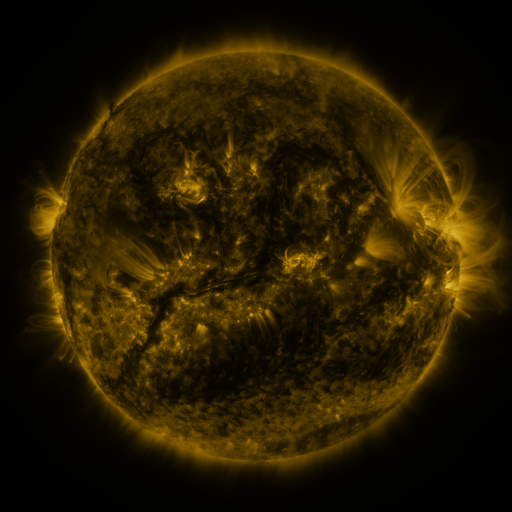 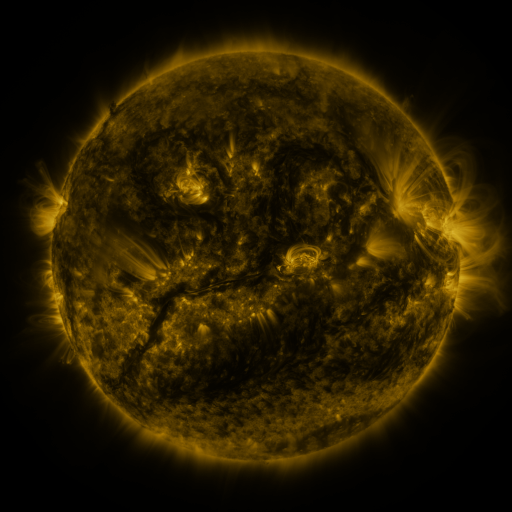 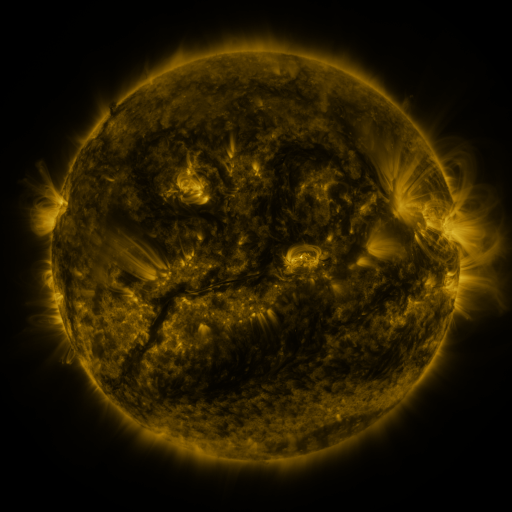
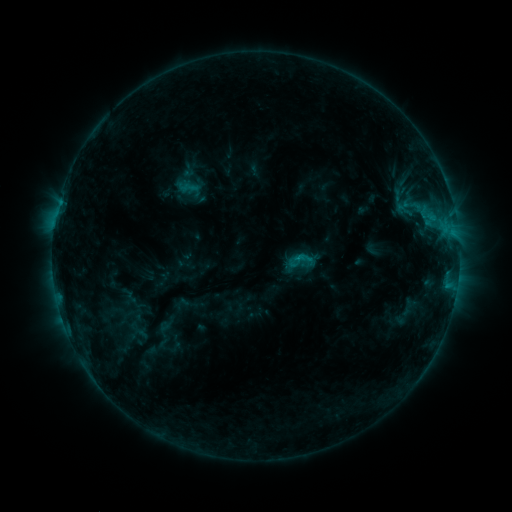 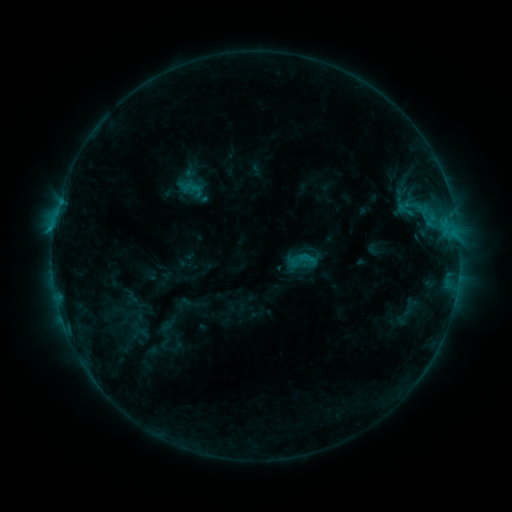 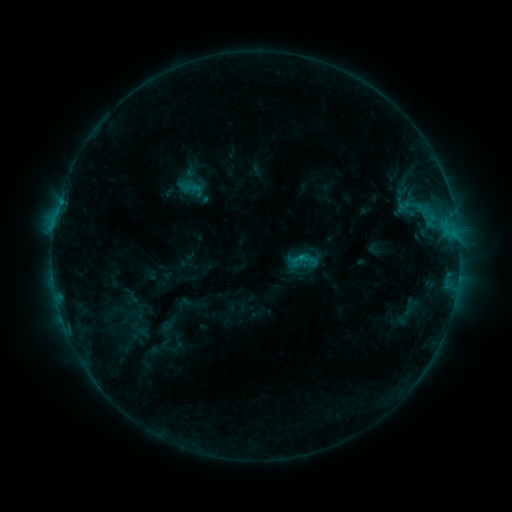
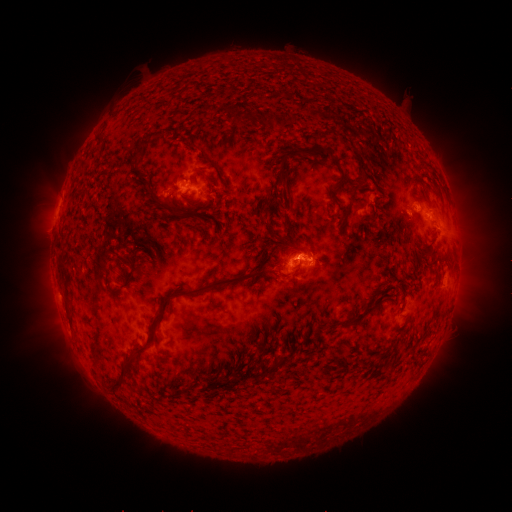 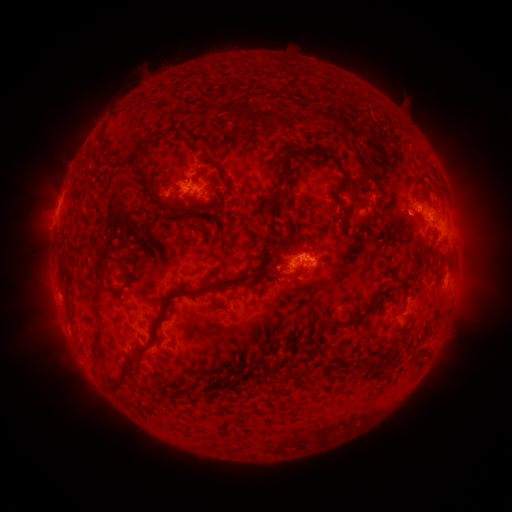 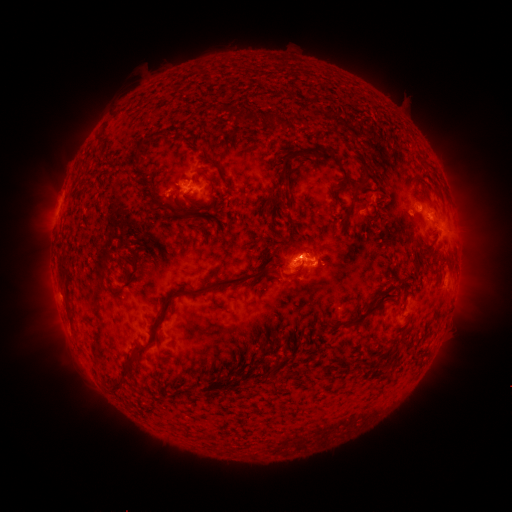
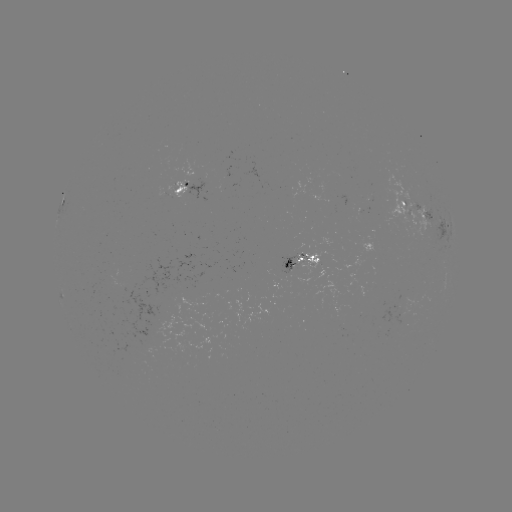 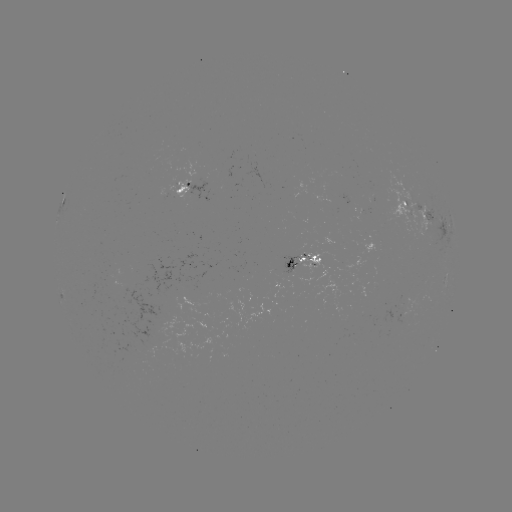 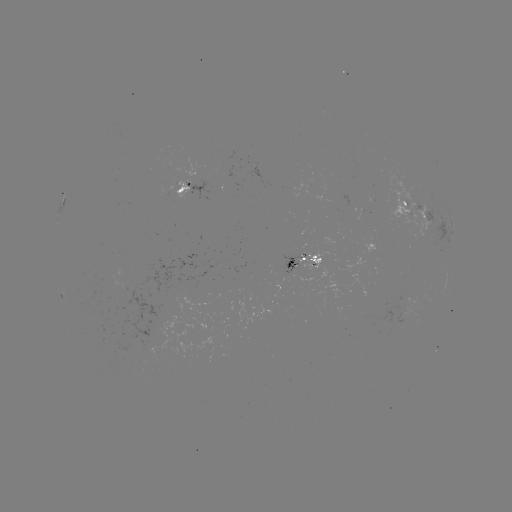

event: emerging-flux region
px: (406, 208)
